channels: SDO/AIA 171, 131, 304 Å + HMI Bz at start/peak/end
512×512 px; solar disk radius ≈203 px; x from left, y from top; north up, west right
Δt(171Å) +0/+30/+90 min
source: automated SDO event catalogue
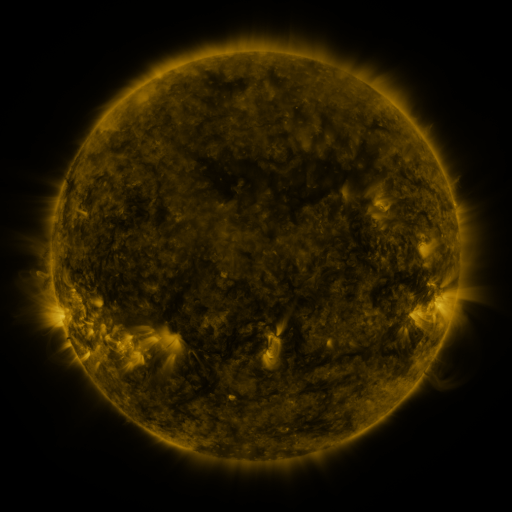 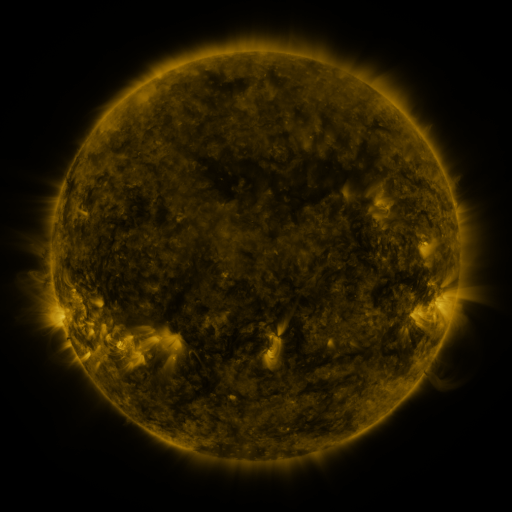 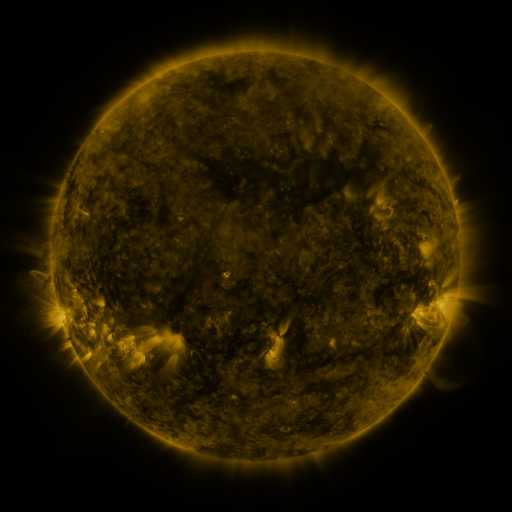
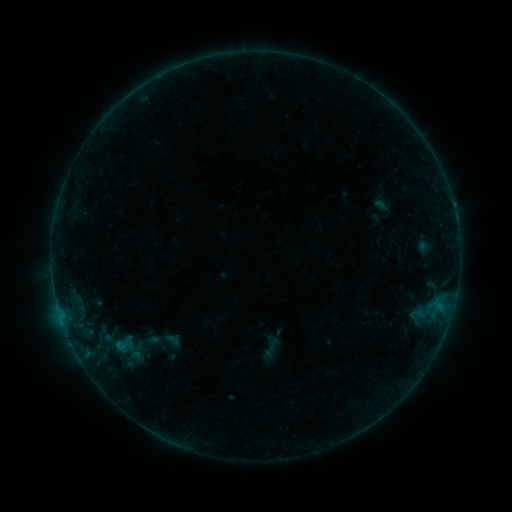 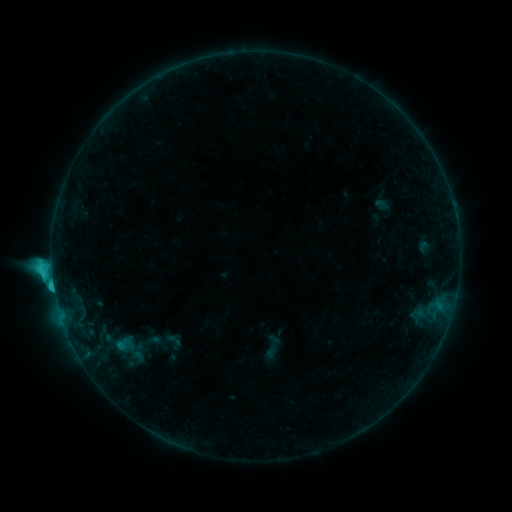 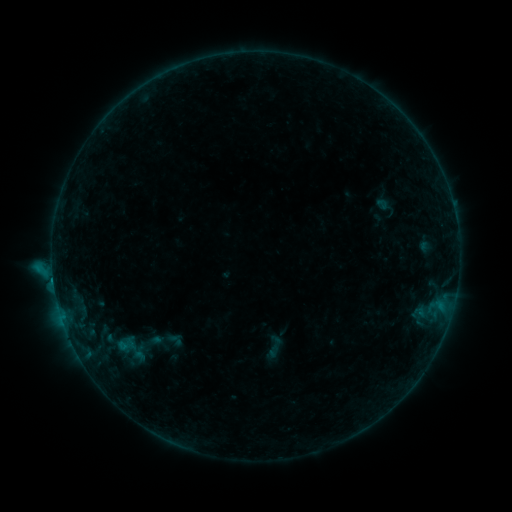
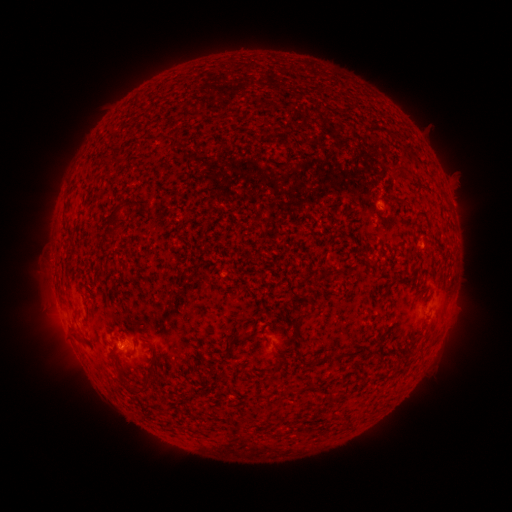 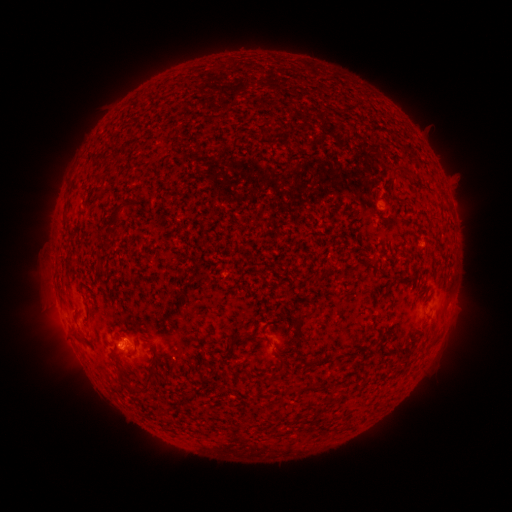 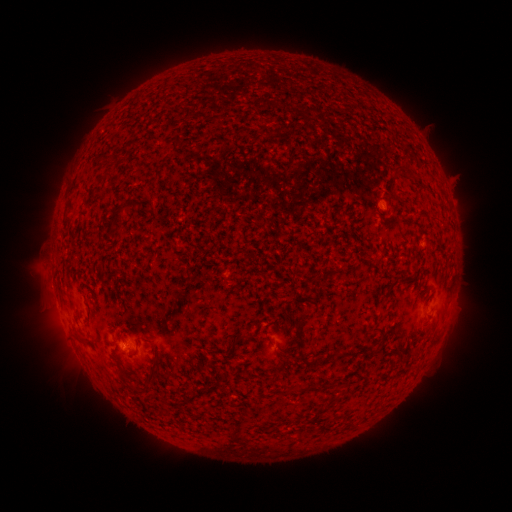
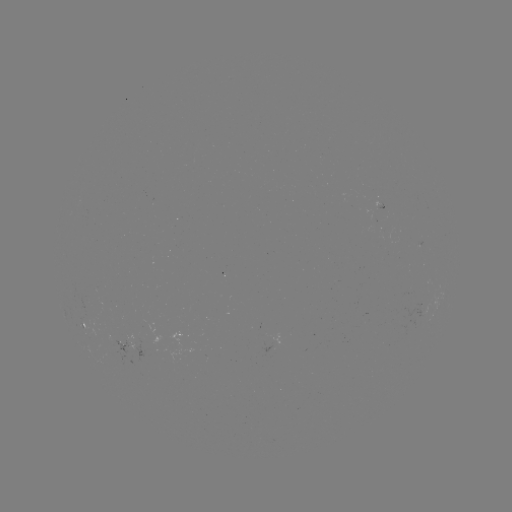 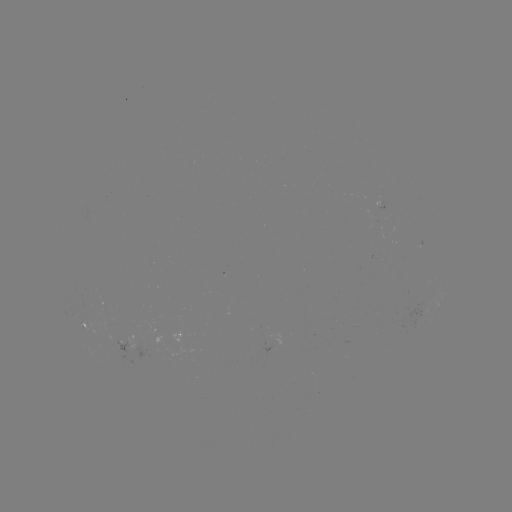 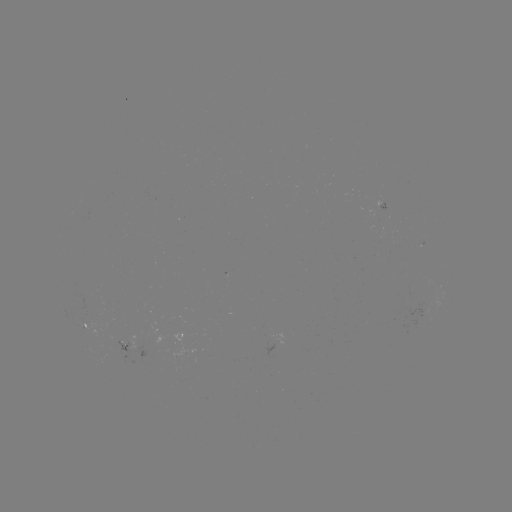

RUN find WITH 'C3.2 flare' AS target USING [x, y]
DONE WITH [55, 289] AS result